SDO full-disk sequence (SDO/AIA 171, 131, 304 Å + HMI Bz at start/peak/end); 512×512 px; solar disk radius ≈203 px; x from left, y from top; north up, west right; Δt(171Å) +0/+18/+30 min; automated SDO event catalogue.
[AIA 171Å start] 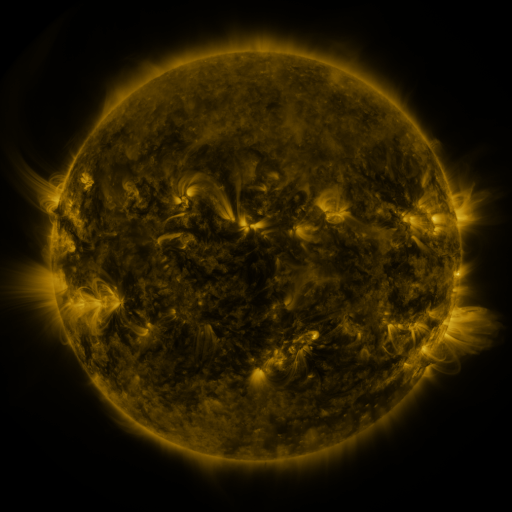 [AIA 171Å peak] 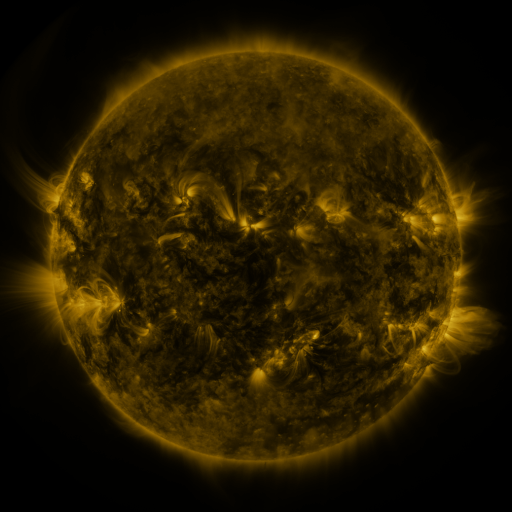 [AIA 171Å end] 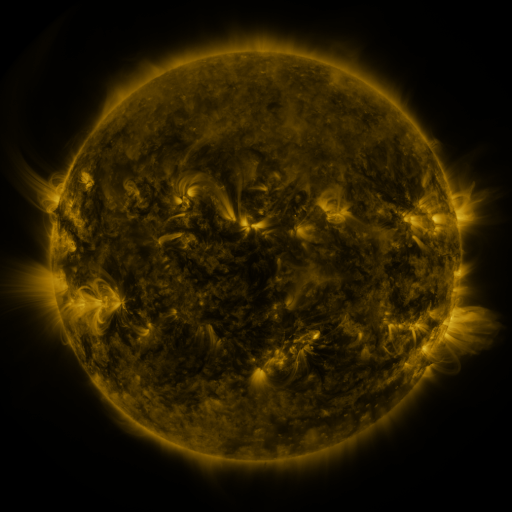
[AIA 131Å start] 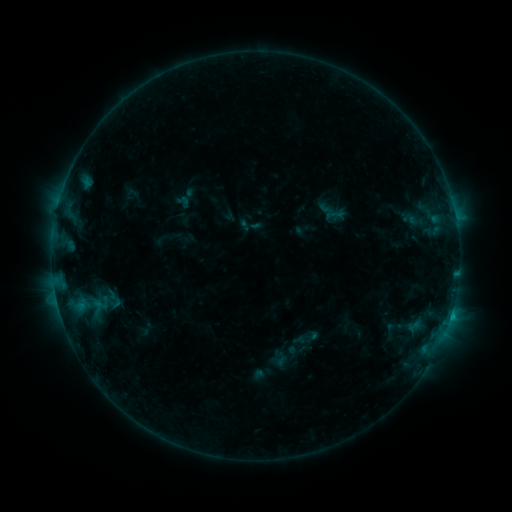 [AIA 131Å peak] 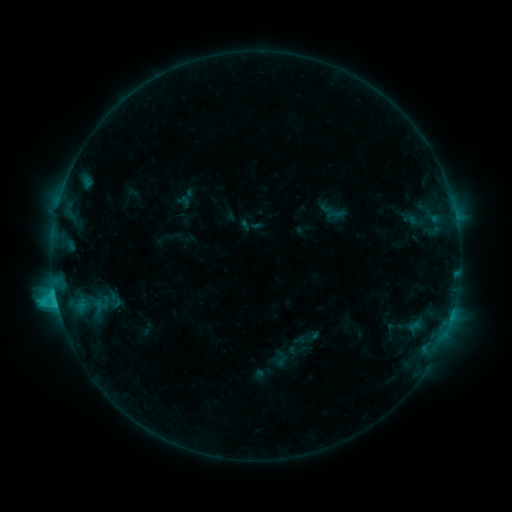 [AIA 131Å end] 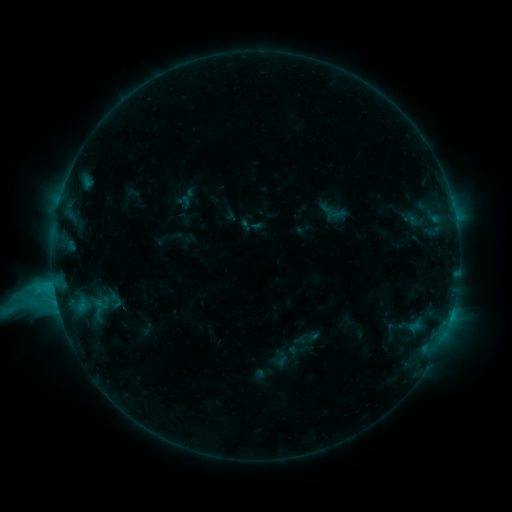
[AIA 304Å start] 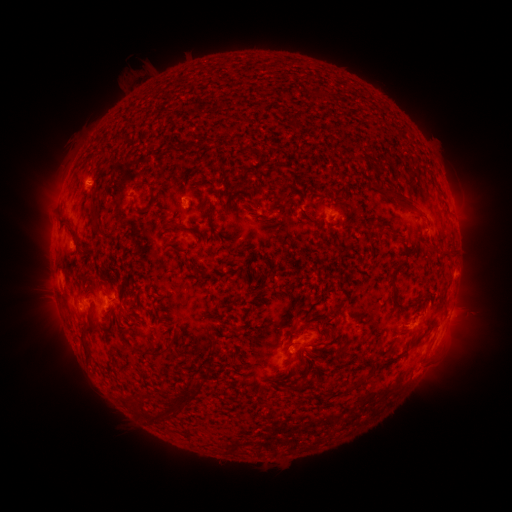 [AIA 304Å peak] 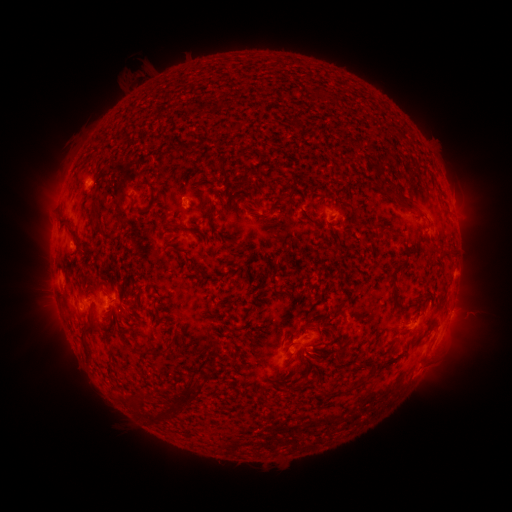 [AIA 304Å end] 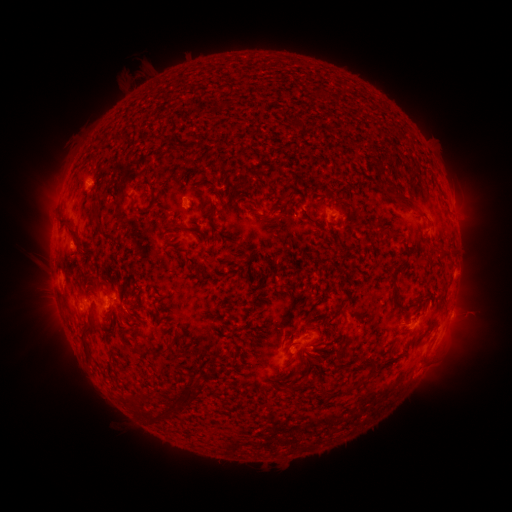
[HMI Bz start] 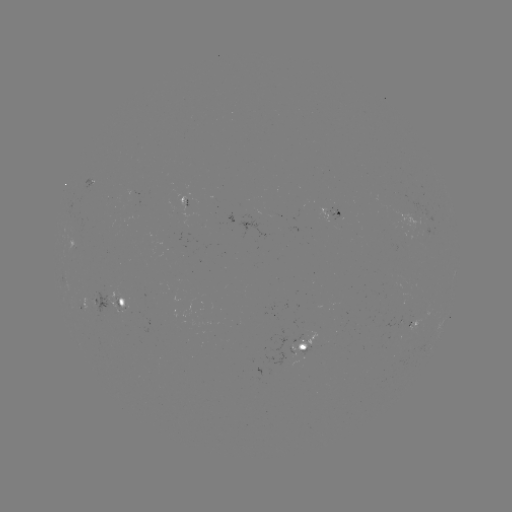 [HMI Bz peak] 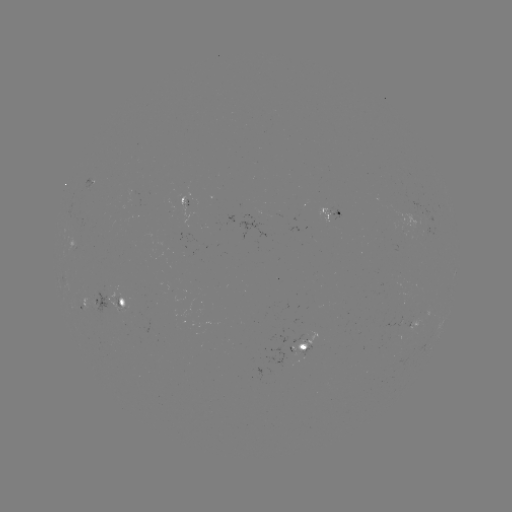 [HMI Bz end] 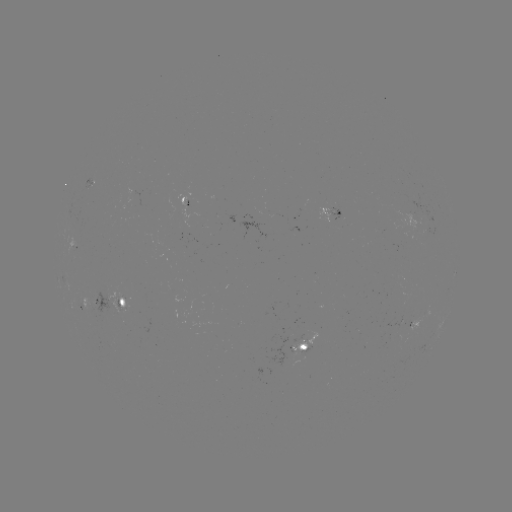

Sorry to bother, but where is M1.1 flare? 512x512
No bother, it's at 57,298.